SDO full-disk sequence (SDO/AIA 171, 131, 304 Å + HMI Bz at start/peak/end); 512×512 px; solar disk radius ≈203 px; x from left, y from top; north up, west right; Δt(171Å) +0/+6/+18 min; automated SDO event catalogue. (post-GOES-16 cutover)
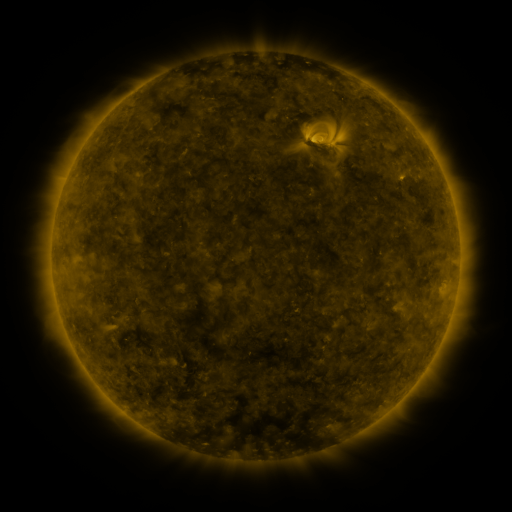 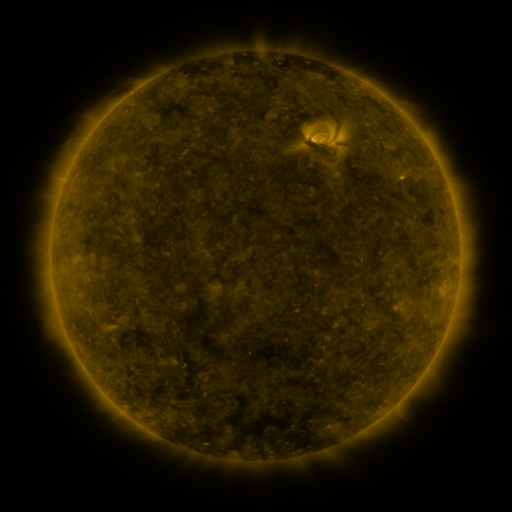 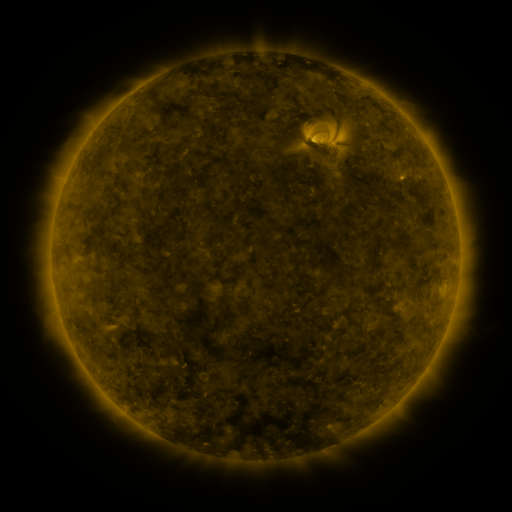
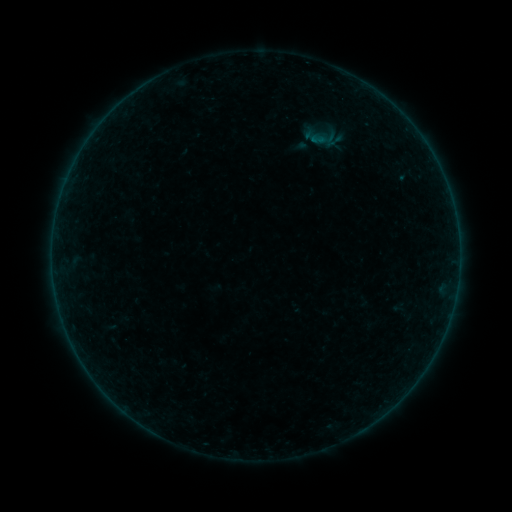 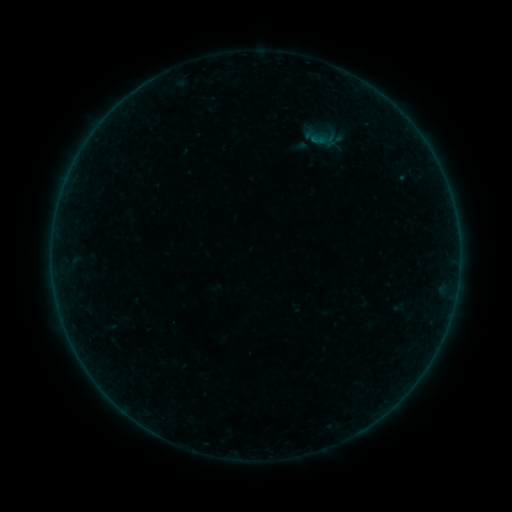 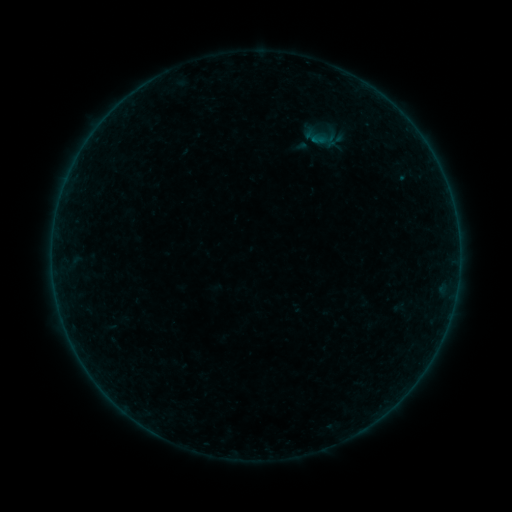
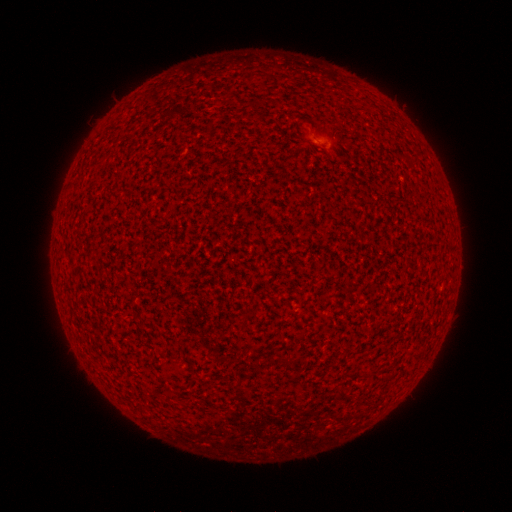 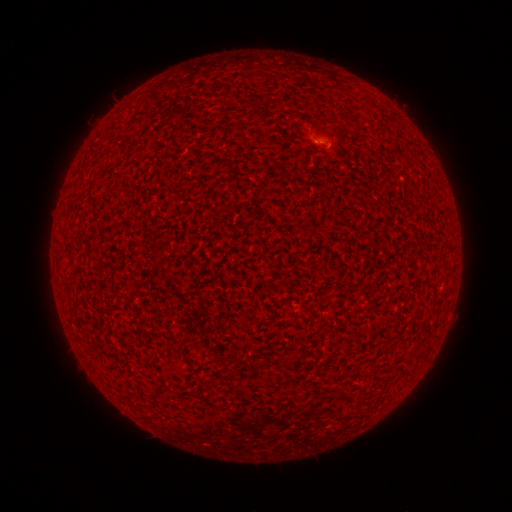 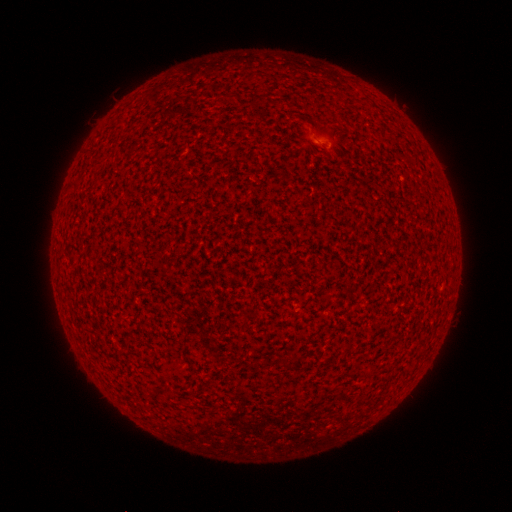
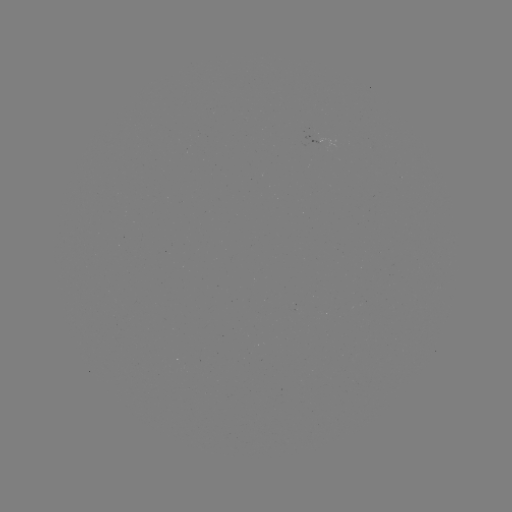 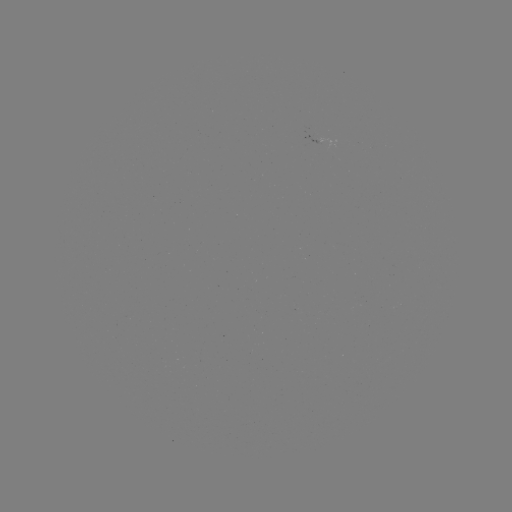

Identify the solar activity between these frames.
A2.6 flare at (317, 142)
